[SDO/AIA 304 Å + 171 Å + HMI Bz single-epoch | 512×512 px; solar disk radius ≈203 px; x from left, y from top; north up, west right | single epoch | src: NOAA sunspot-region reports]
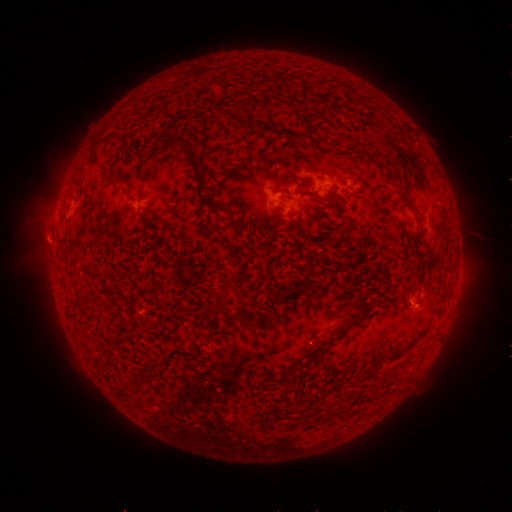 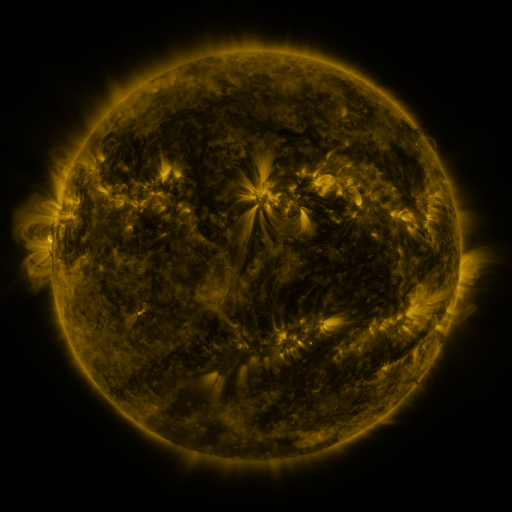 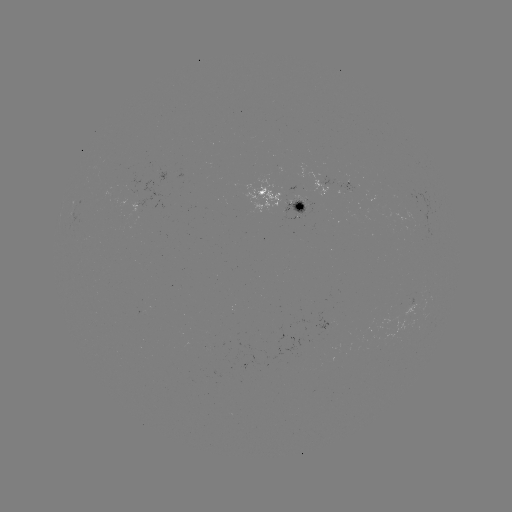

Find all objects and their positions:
spotted active region: (346, 185)
spotted active region: (283, 201)
spotted active region: (415, 305)
